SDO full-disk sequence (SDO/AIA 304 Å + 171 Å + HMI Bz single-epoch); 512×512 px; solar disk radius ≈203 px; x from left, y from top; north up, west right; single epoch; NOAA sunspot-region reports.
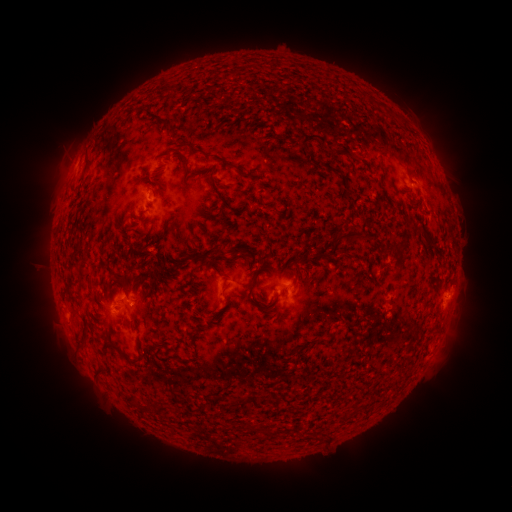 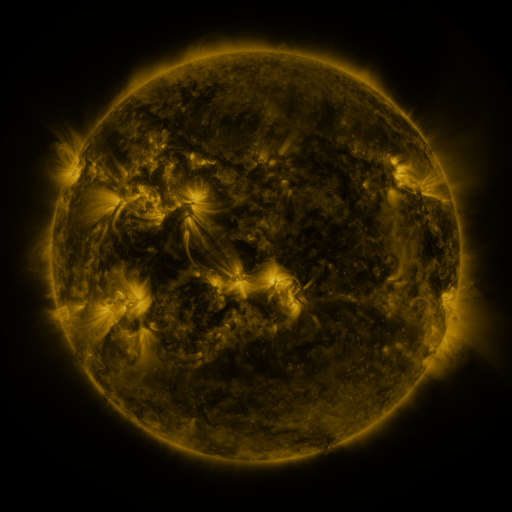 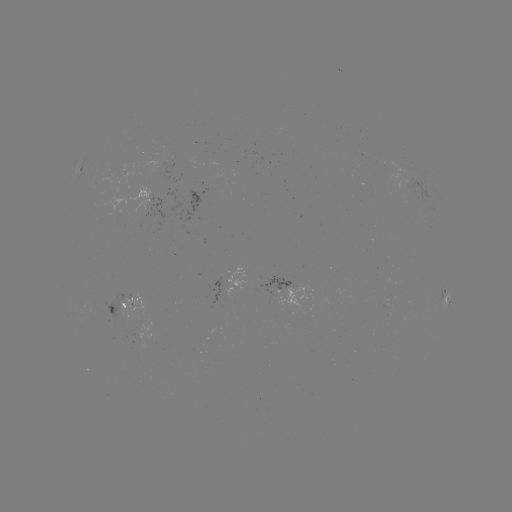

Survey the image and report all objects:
spotted active region: (81, 168)
spotted active region: (149, 202)
spotted active region: (286, 283)
spotted active region: (215, 291)
spotted active region: (445, 294)
spotted active region: (130, 306)
